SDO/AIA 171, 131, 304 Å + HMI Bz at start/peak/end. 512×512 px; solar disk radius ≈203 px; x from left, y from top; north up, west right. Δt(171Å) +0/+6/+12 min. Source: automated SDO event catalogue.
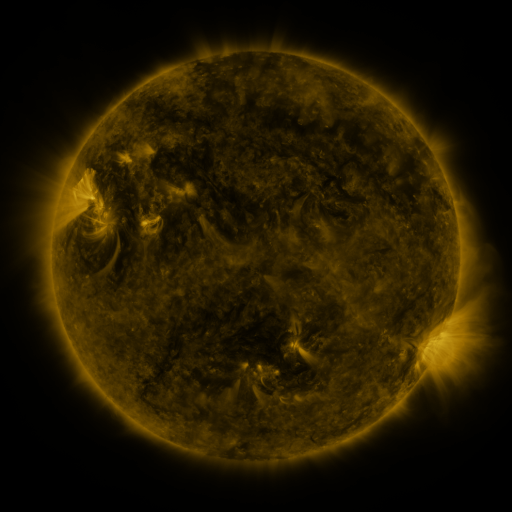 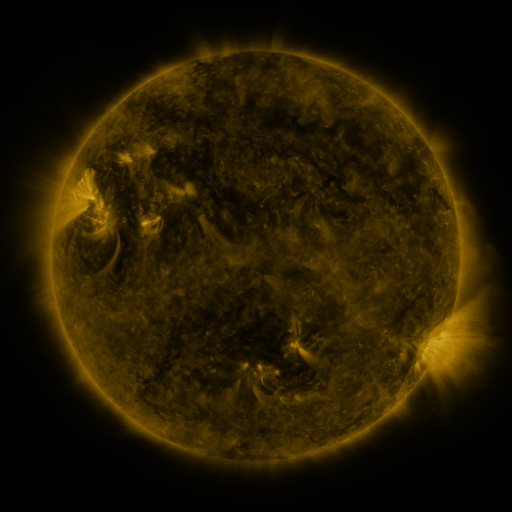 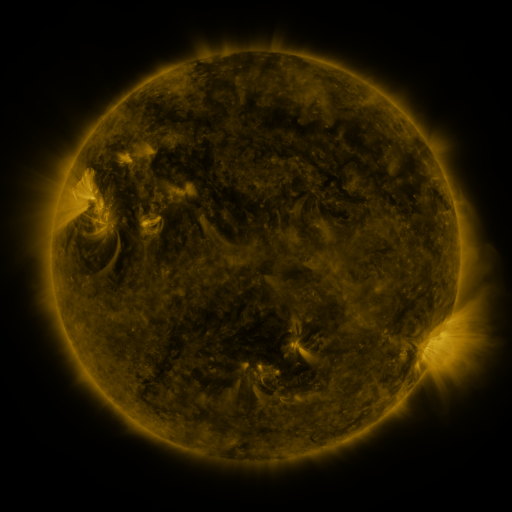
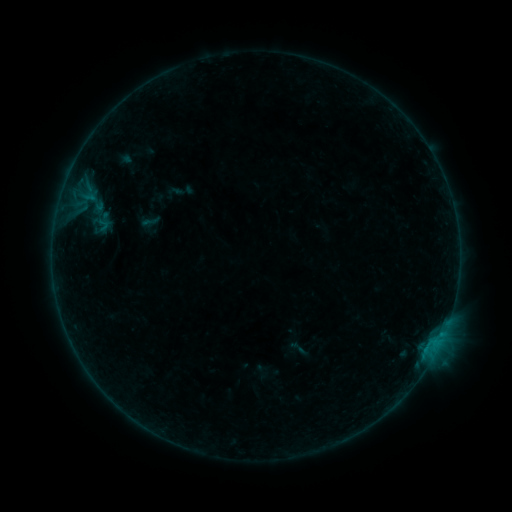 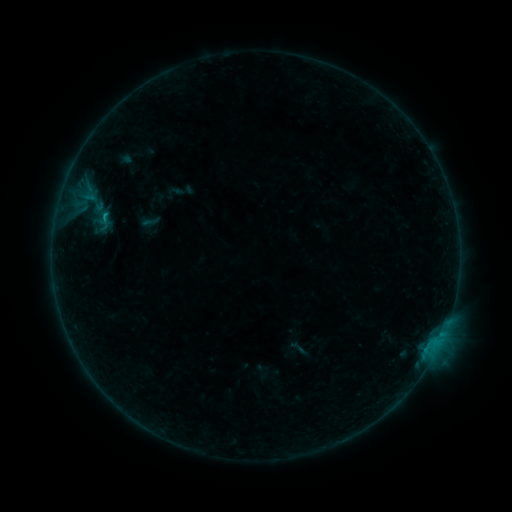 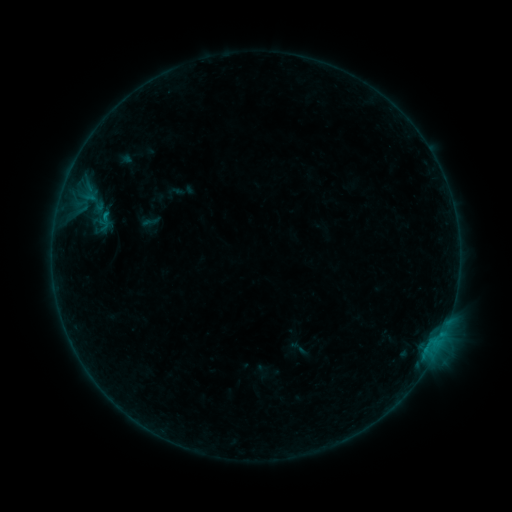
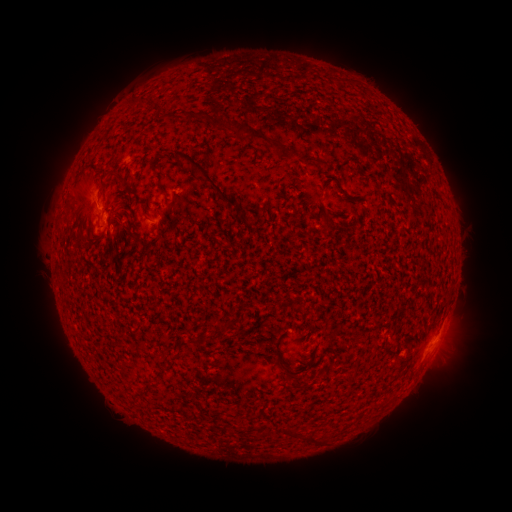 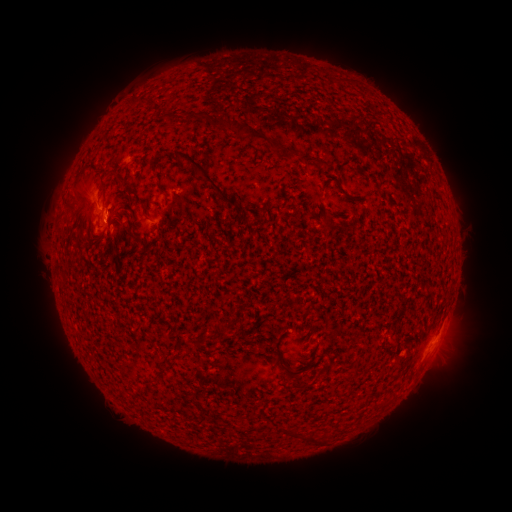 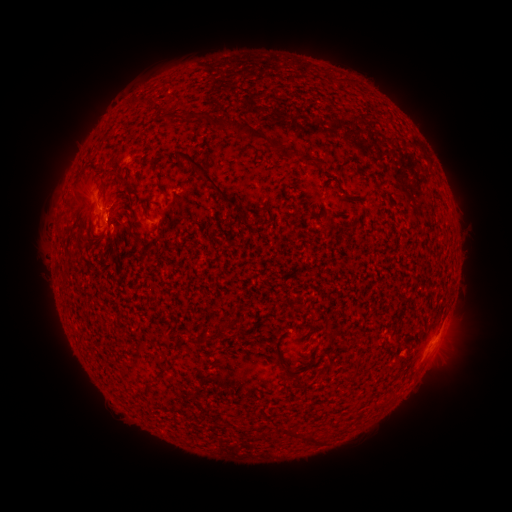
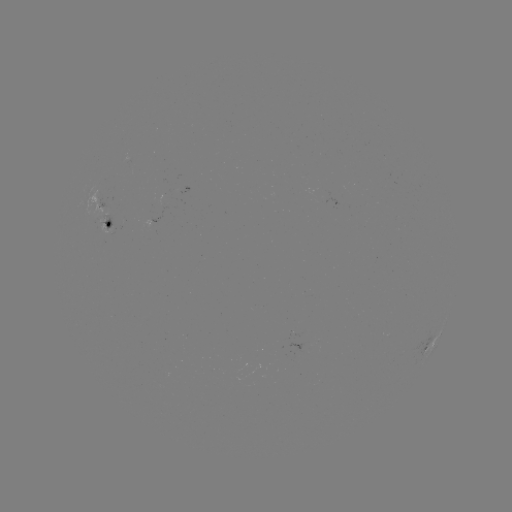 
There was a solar flare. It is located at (106, 223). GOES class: B4.7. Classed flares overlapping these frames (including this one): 1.